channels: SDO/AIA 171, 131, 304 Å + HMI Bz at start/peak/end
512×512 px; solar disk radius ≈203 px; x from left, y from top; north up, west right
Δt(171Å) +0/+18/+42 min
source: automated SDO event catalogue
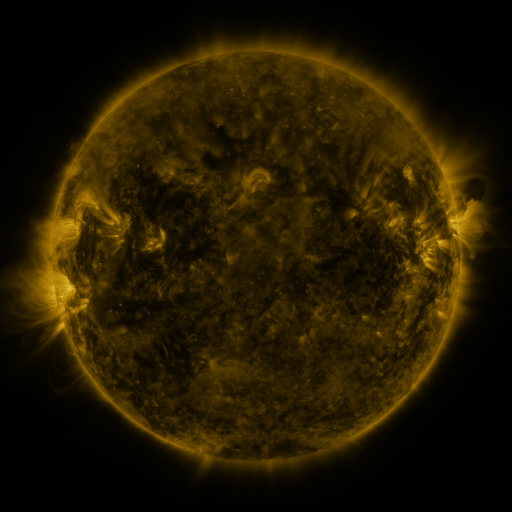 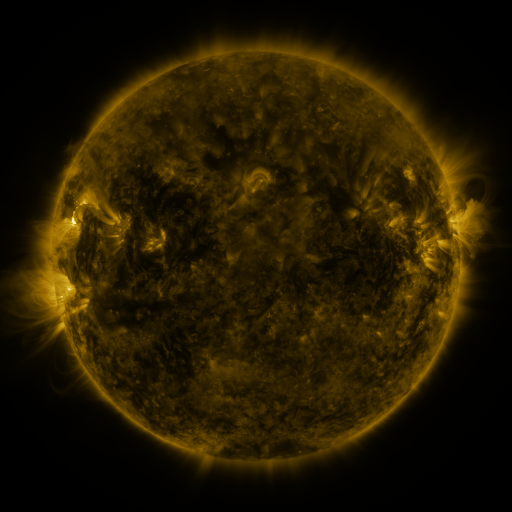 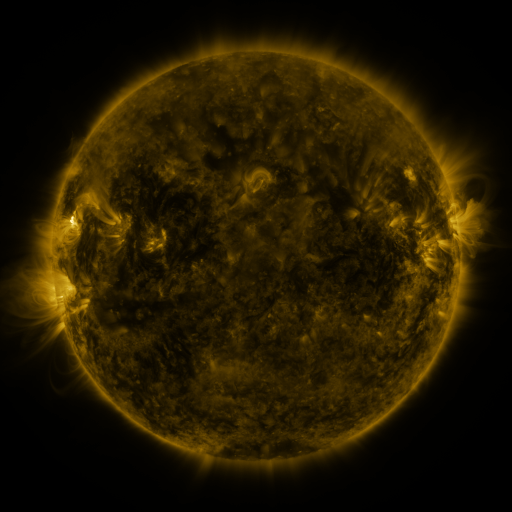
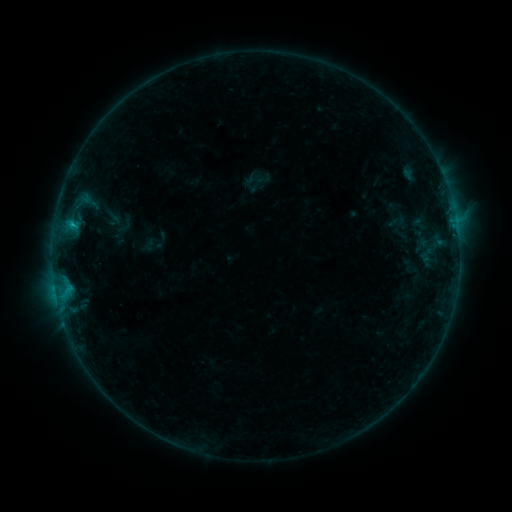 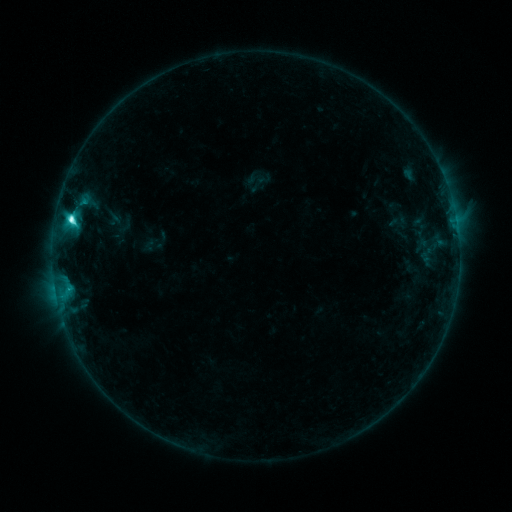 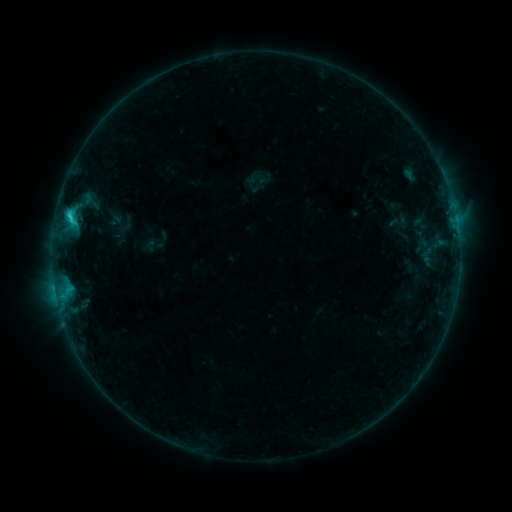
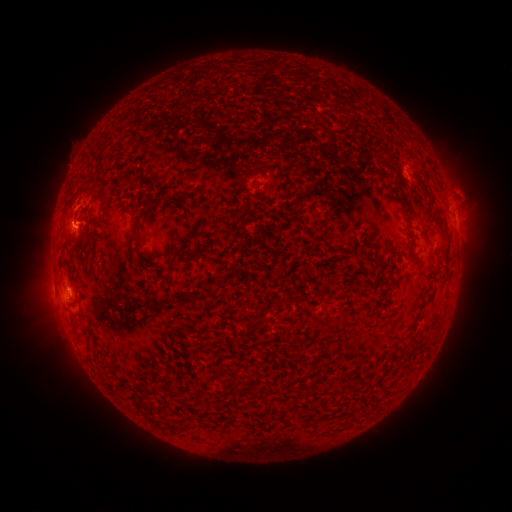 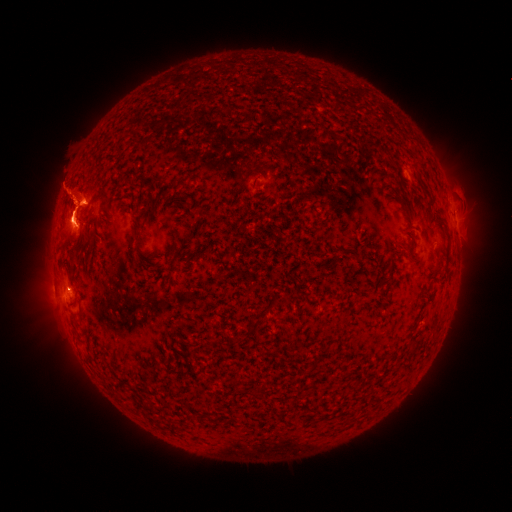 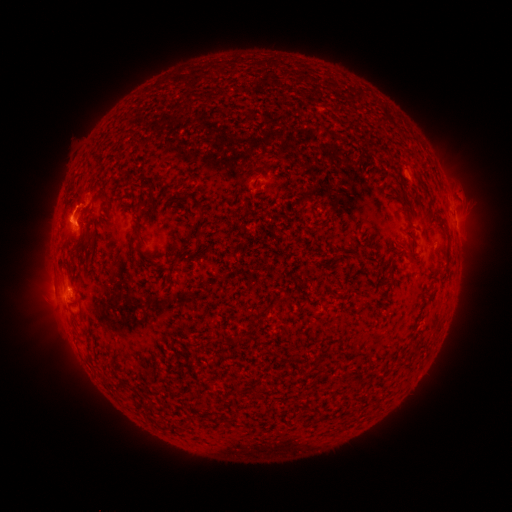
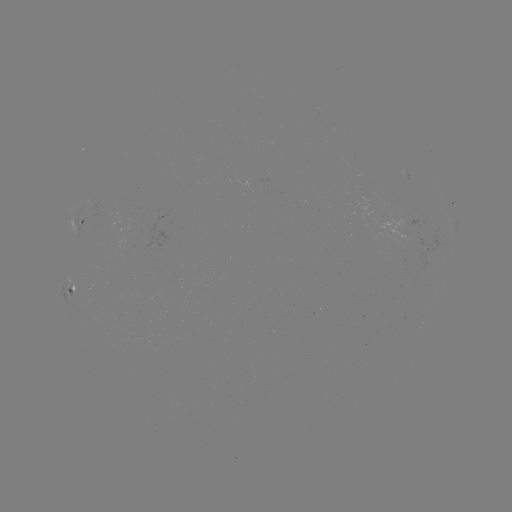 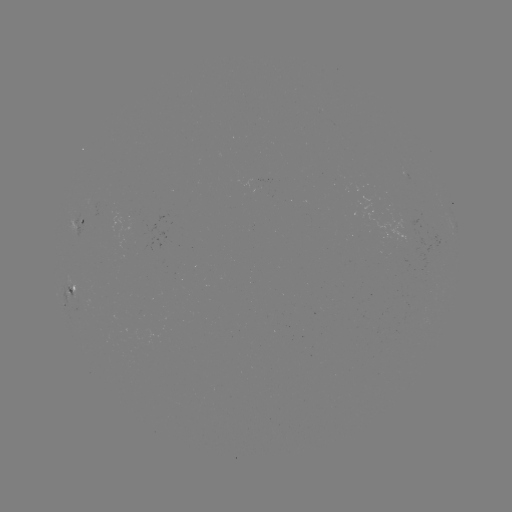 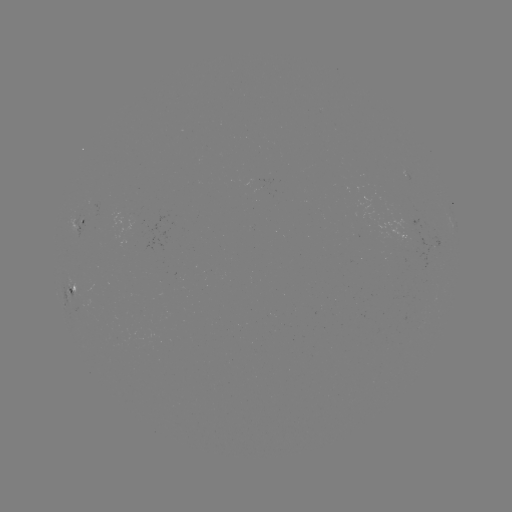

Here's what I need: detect C4.0 flare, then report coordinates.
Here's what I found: C4.0 flare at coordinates [72, 221].